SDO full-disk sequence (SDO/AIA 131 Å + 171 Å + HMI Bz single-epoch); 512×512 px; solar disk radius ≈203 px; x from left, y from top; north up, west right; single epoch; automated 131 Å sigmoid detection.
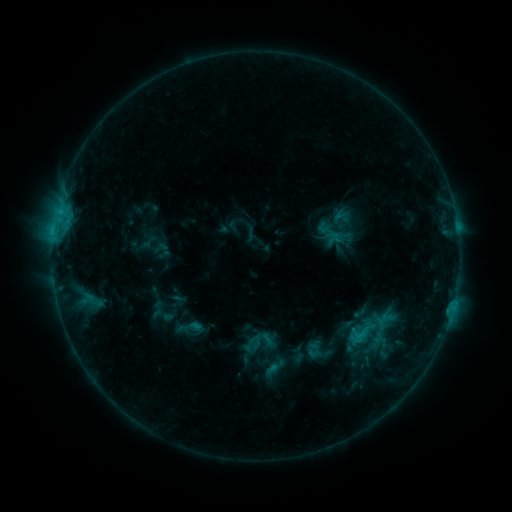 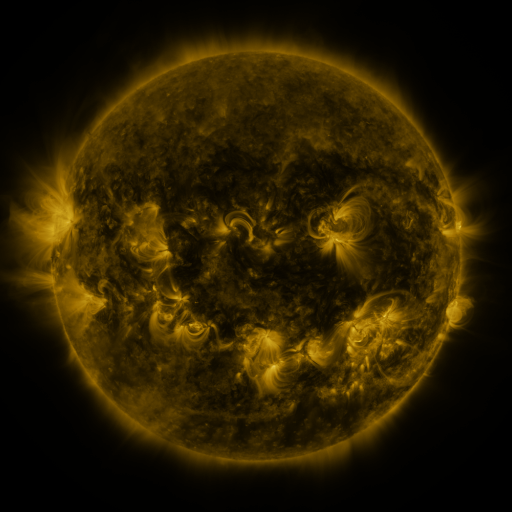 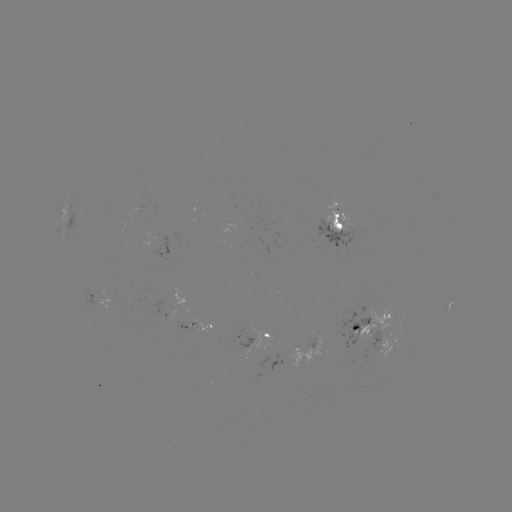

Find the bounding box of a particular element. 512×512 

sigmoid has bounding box [353, 324, 370, 341].